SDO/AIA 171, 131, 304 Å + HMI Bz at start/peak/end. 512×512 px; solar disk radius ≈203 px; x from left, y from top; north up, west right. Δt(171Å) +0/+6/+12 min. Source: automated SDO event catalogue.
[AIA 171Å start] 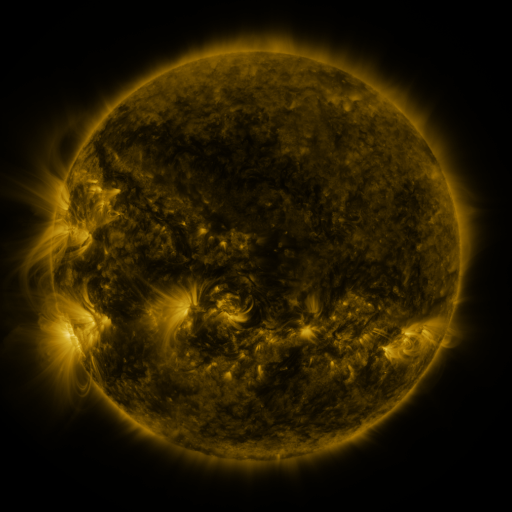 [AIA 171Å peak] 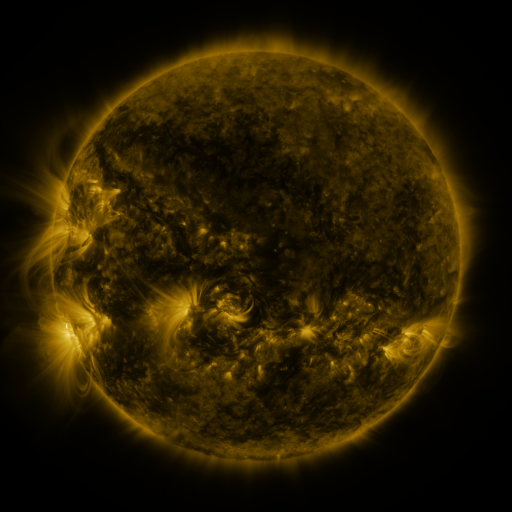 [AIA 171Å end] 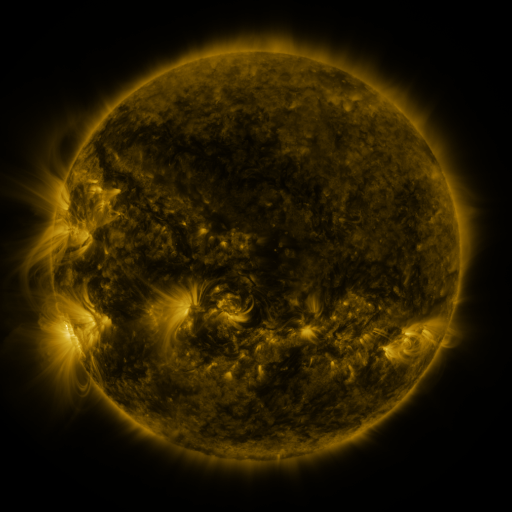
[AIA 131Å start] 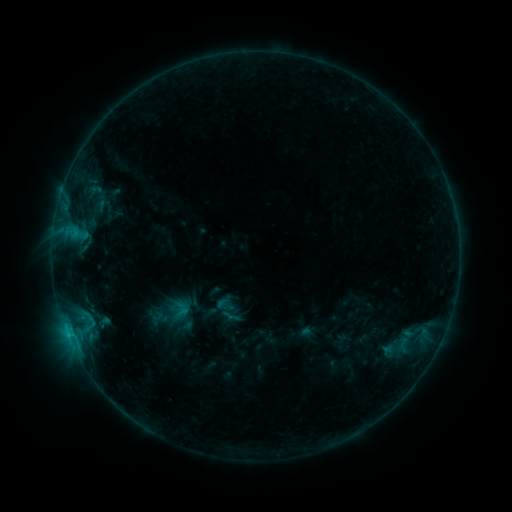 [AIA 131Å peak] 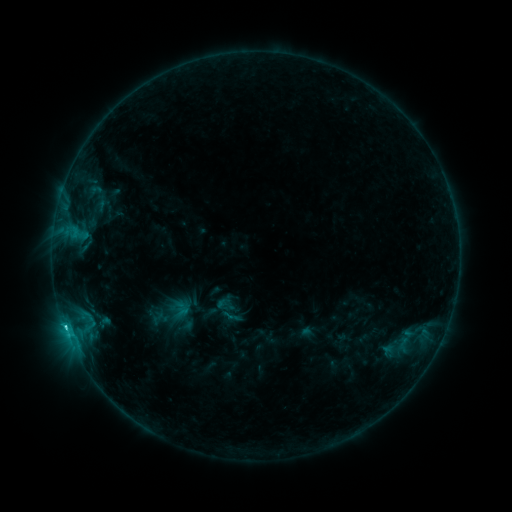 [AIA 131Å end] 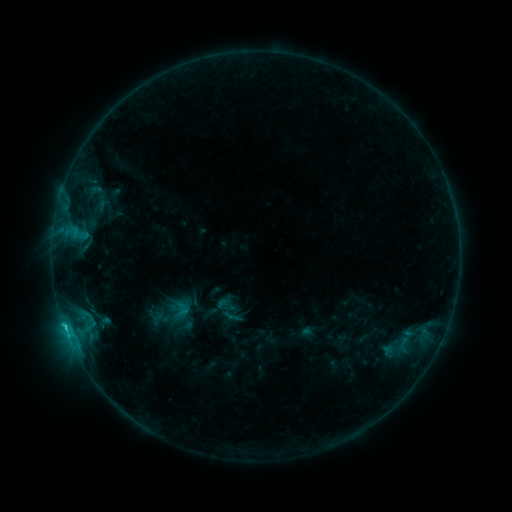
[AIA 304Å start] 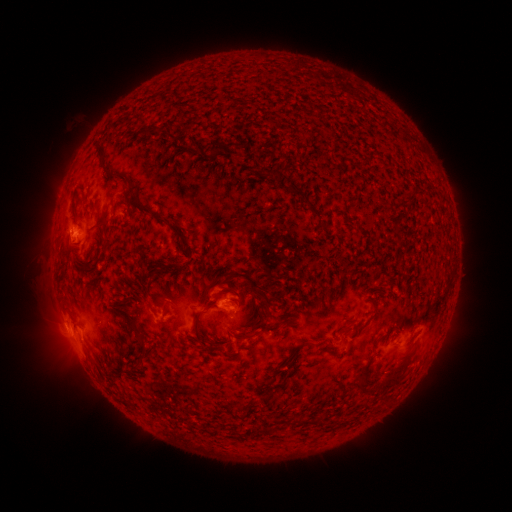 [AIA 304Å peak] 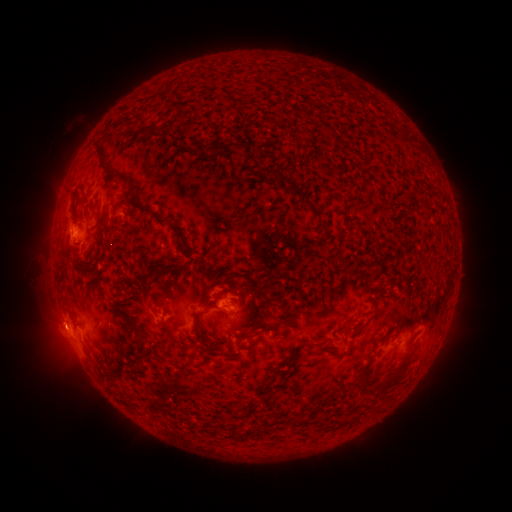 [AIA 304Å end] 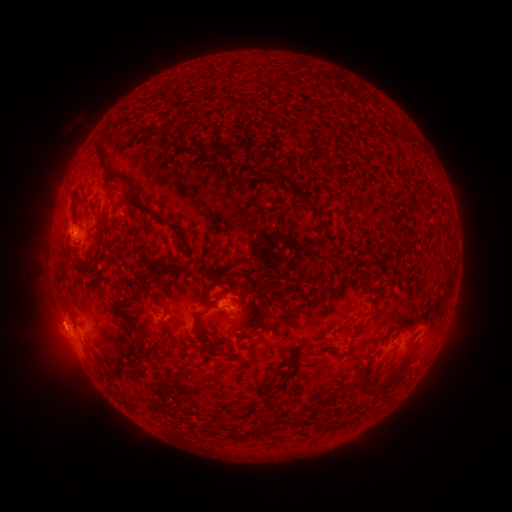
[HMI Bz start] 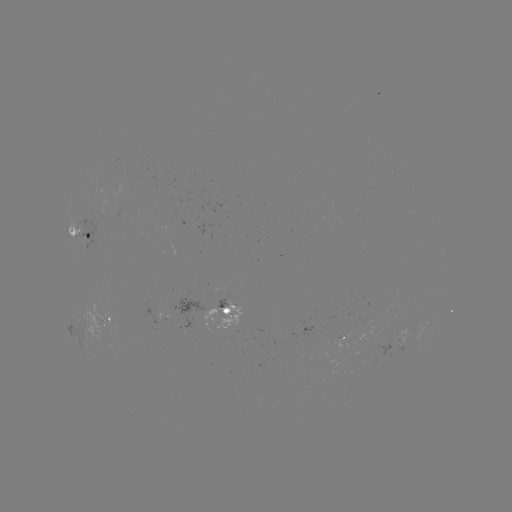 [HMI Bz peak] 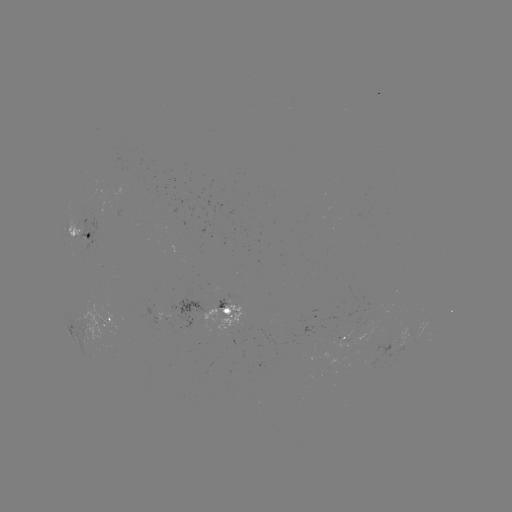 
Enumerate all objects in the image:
C1.4 flare: (67, 328)
